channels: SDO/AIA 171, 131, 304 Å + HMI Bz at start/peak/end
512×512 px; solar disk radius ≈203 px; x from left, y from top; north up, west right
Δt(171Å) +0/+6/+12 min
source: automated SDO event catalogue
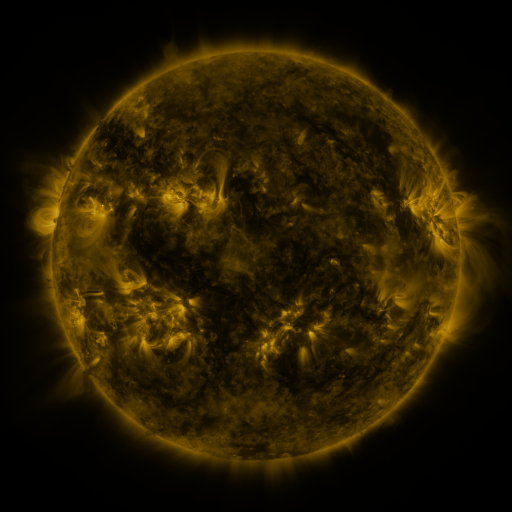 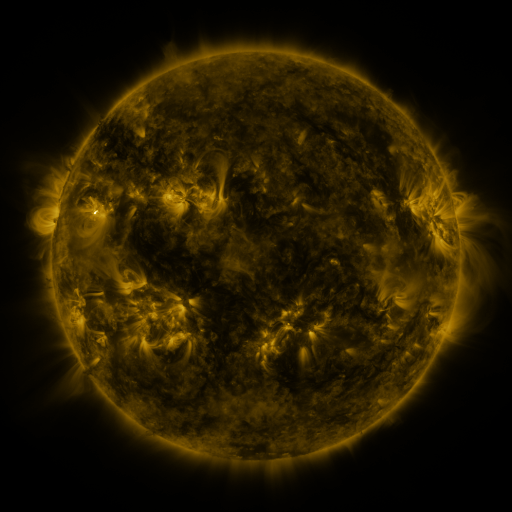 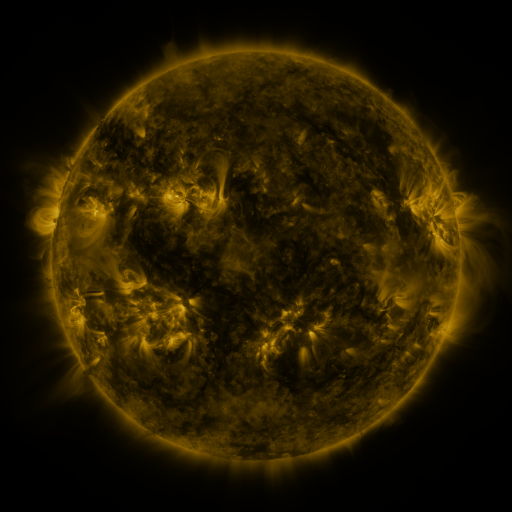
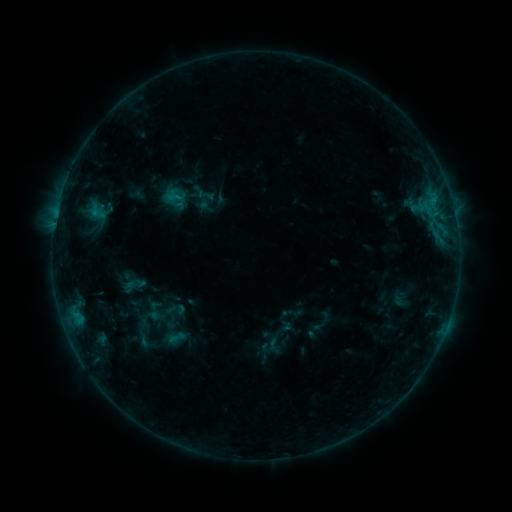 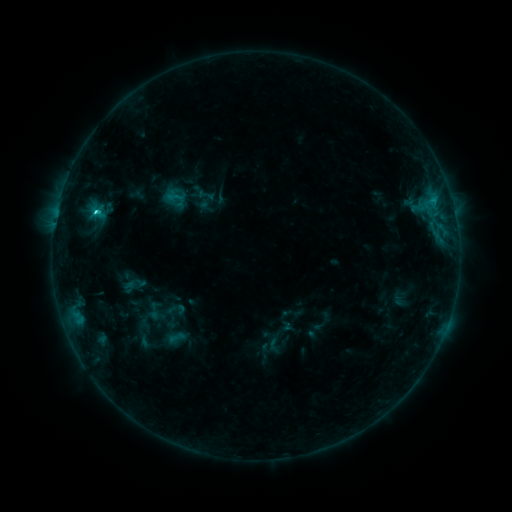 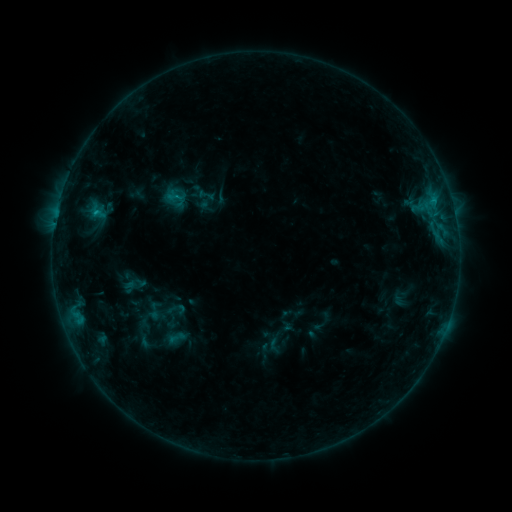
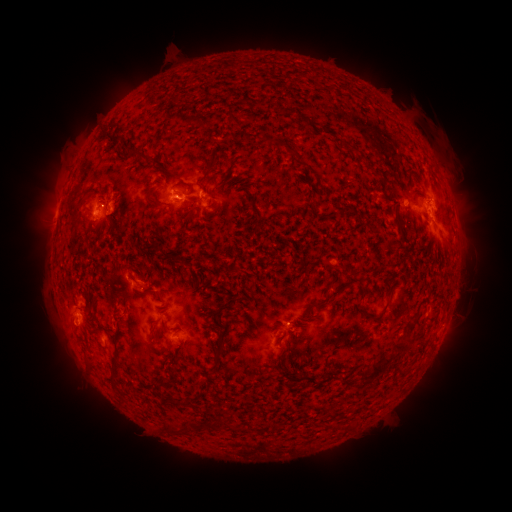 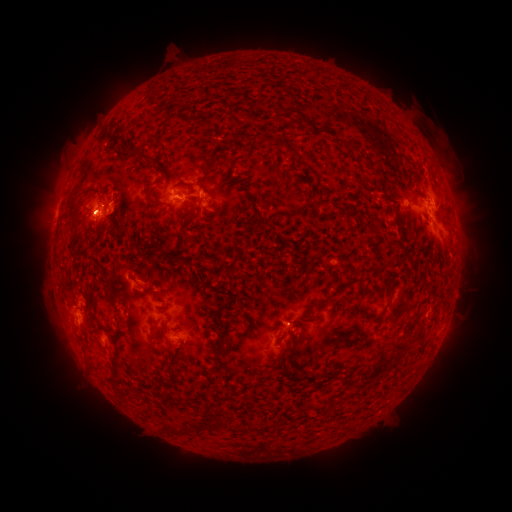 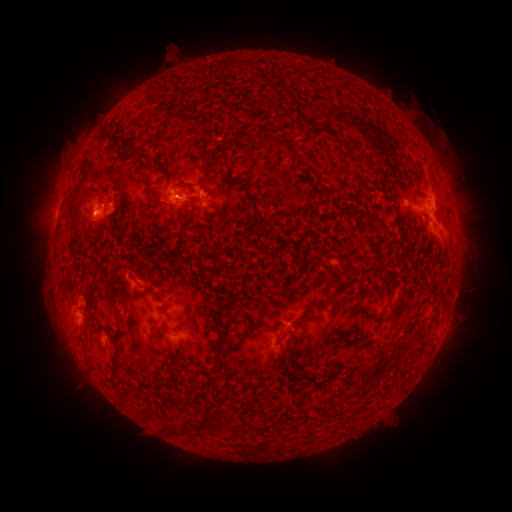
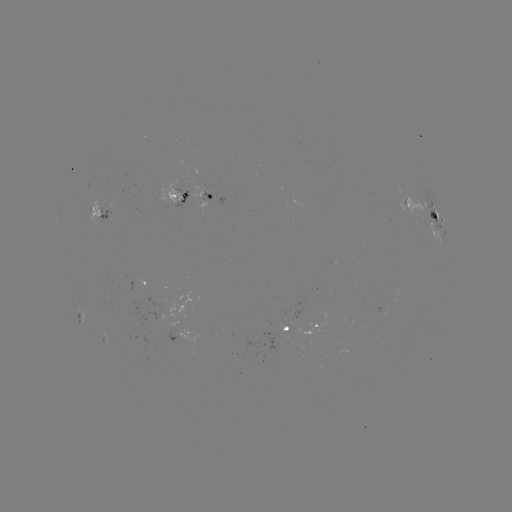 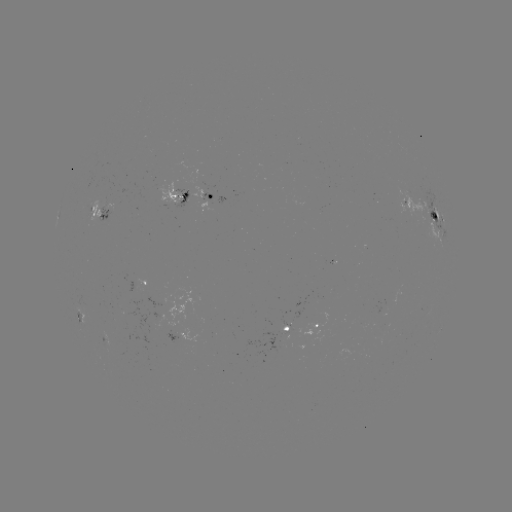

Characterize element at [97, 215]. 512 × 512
C1.7 flare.